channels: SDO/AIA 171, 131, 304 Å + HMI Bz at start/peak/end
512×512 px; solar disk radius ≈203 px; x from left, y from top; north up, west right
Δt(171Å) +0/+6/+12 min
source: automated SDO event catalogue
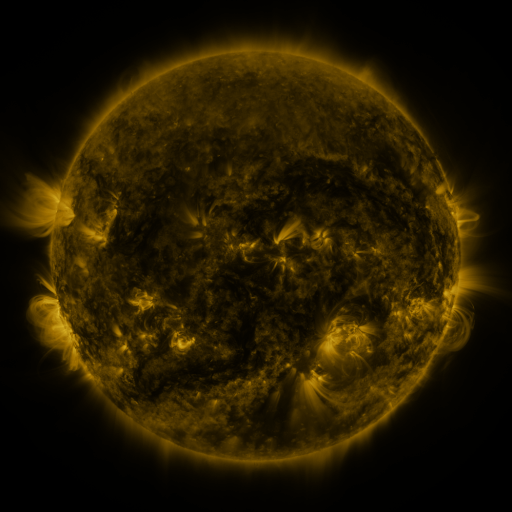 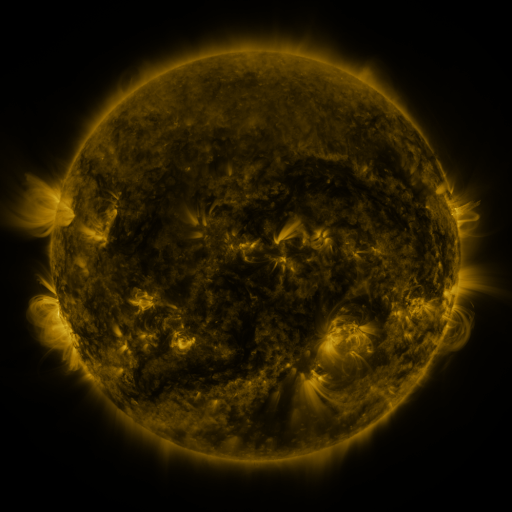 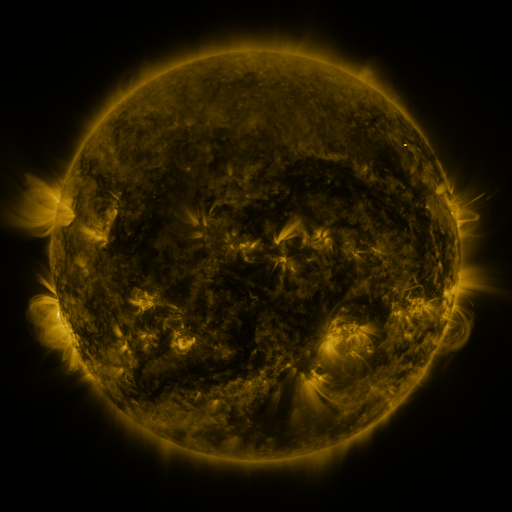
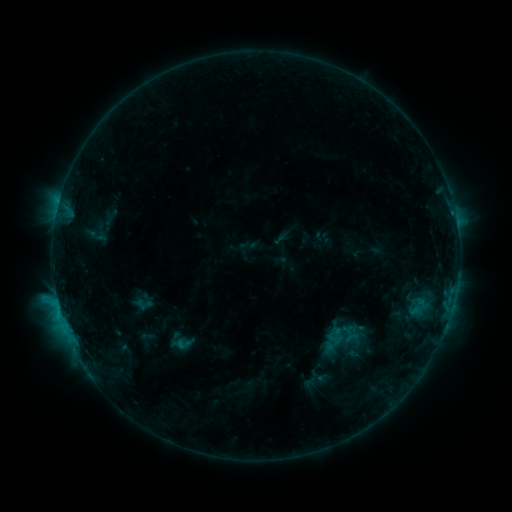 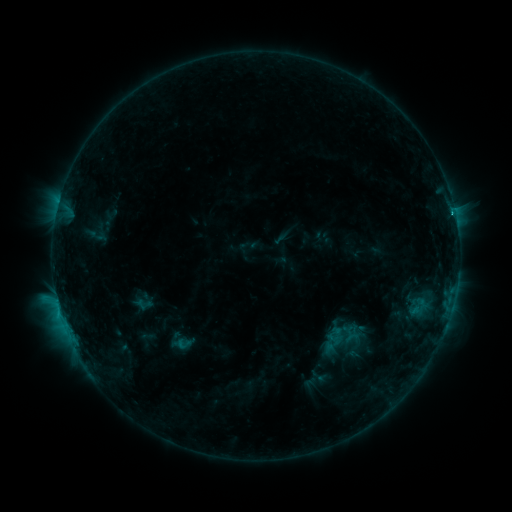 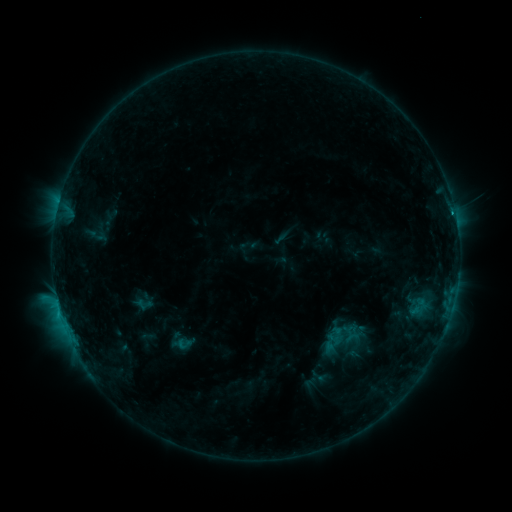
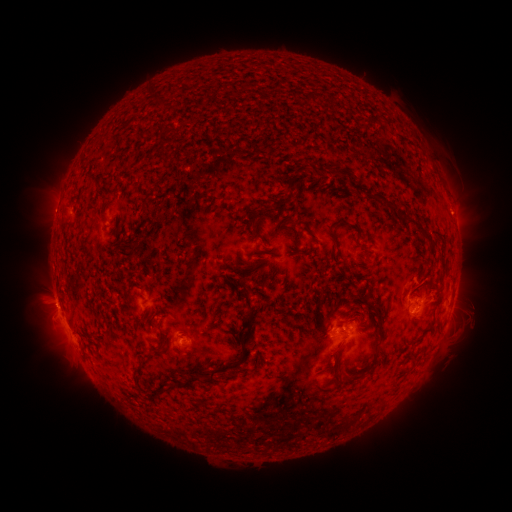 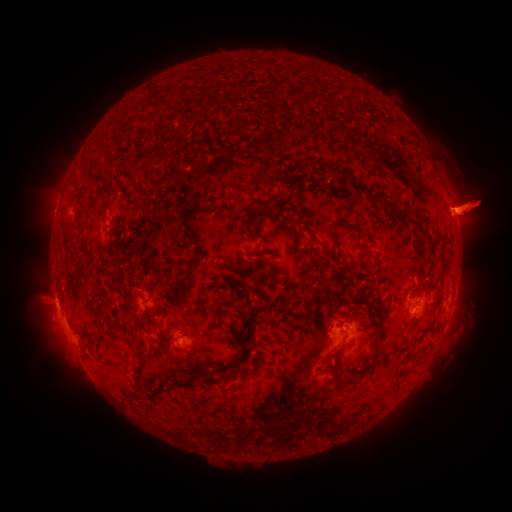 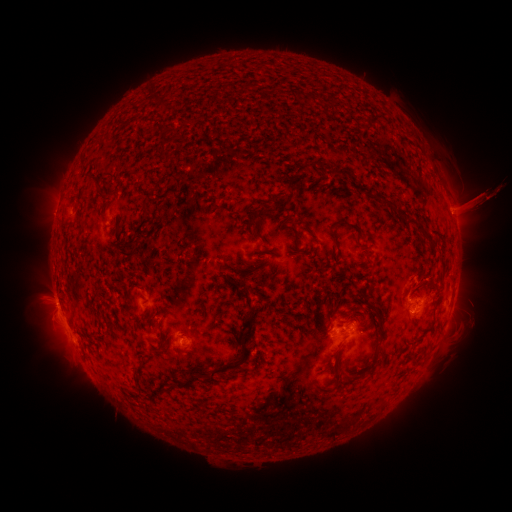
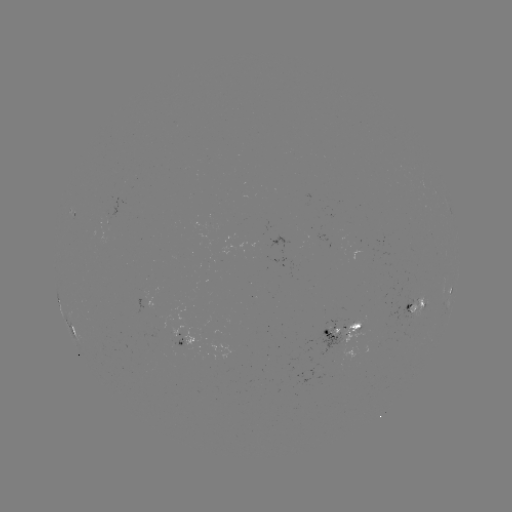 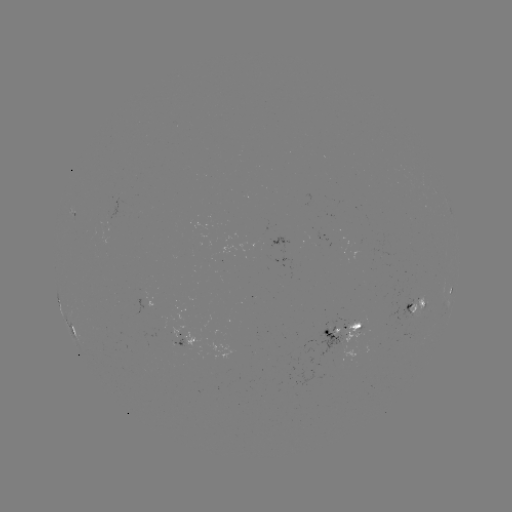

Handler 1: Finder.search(C2.4 flare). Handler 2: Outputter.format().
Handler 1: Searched C2.4 flare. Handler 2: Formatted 452,214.